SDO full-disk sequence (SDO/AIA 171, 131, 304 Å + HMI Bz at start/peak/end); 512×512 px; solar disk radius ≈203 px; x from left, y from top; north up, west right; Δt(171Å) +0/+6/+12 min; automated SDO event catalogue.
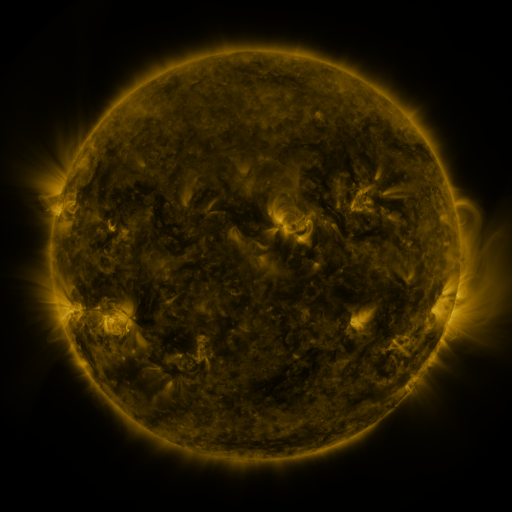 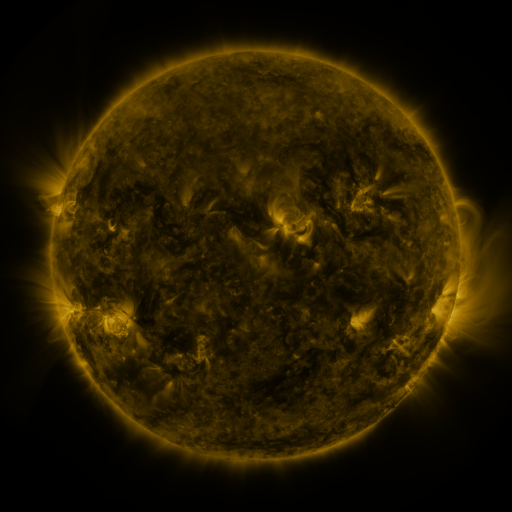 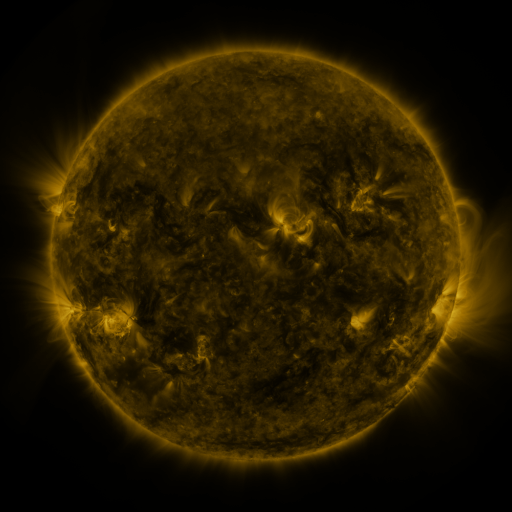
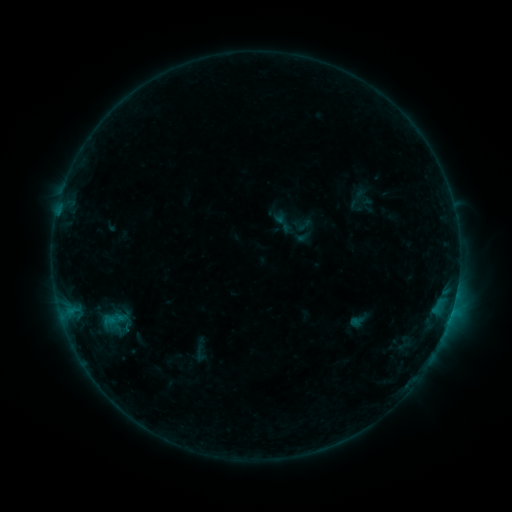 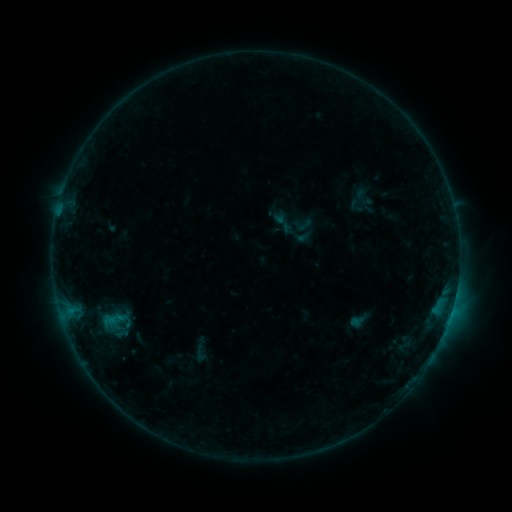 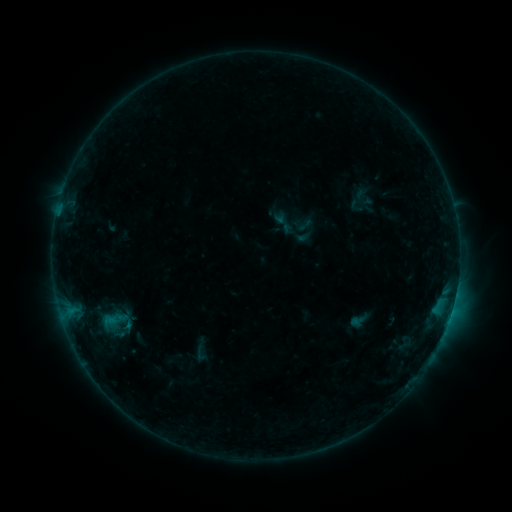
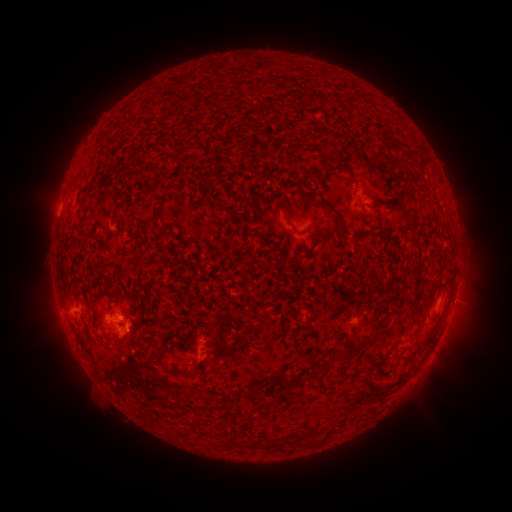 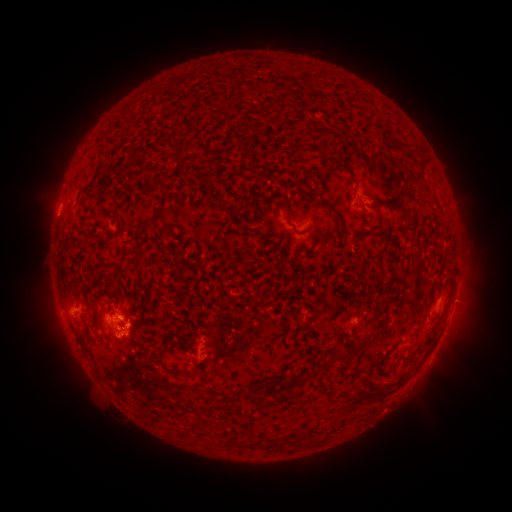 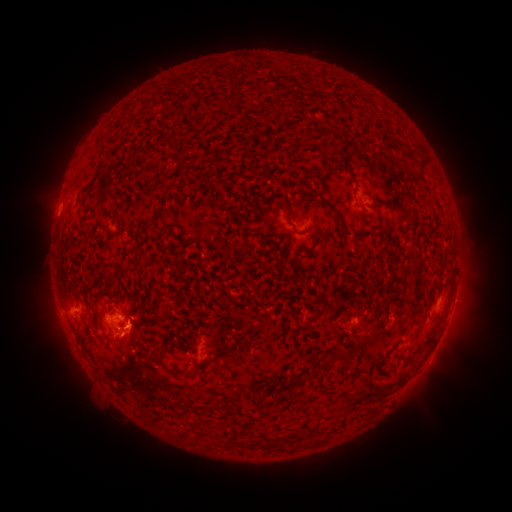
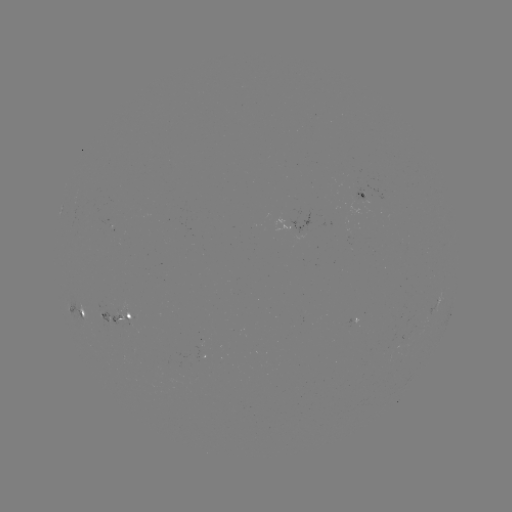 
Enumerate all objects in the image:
eruption: (129, 340)
